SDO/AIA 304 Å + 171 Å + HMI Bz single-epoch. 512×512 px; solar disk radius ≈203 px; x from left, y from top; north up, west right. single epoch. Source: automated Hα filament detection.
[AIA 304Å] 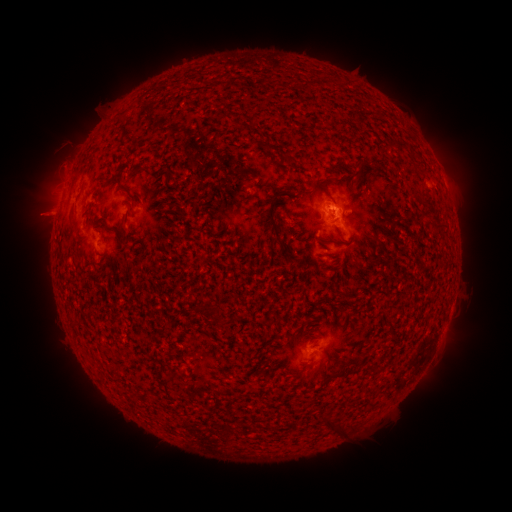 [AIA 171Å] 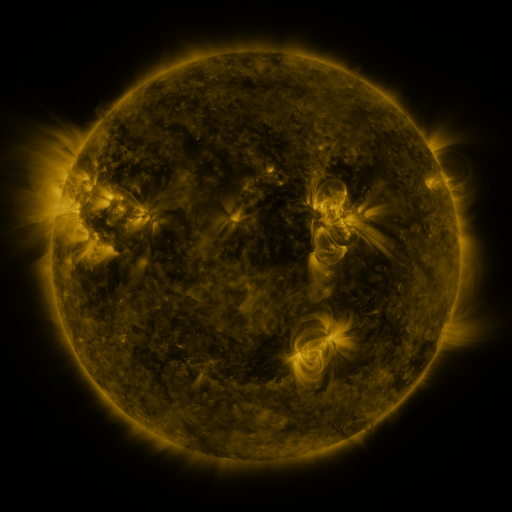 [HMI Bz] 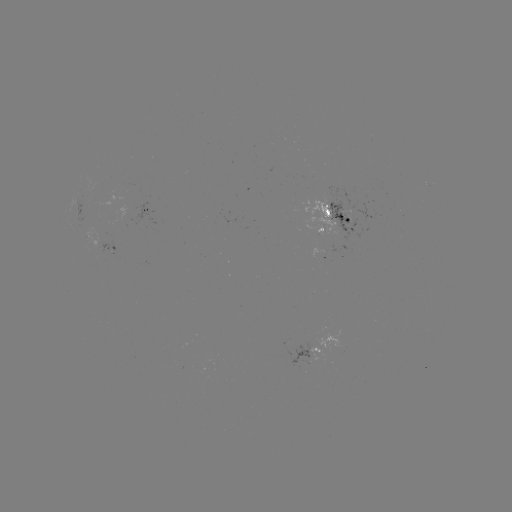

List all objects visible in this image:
filament: (183, 134)
filament: (160, 152)
filament: (126, 170)
filament: (322, 179)
filament: (140, 191)
filament: (355, 205)
filament: (429, 206)
filament: (321, 215)
filament: (382, 216)
filament: (338, 218)
filament: (284, 227)
filament: (426, 259)
filament: (322, 265)
filament: (434, 277)
filament: (437, 296)
filament: (196, 301)
filament: (322, 403)
filament: (265, 441)
